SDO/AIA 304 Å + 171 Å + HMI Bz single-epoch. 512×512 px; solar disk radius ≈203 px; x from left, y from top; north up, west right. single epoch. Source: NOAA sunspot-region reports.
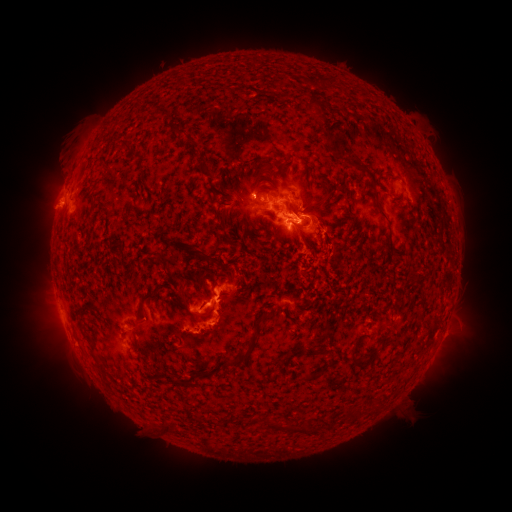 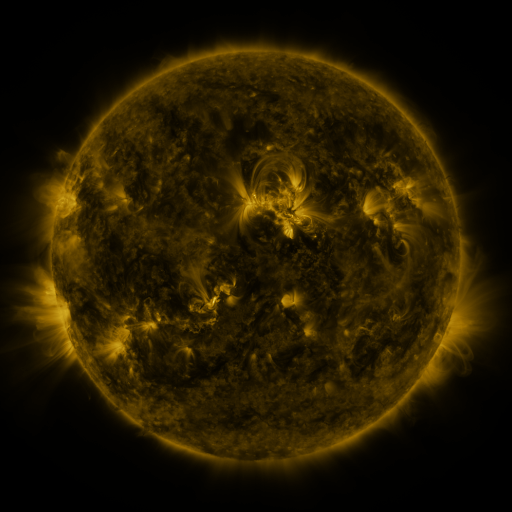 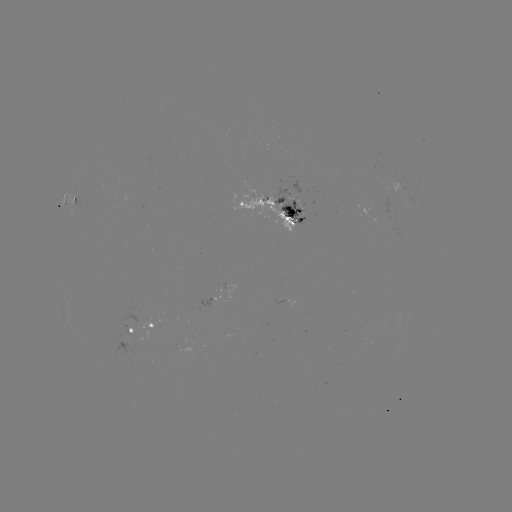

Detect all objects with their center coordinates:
spotted active region: (77, 199)
spotted active region: (273, 206)
spotted active region: (290, 302)
spotted active region: (158, 323)
spotted active region: (131, 331)
